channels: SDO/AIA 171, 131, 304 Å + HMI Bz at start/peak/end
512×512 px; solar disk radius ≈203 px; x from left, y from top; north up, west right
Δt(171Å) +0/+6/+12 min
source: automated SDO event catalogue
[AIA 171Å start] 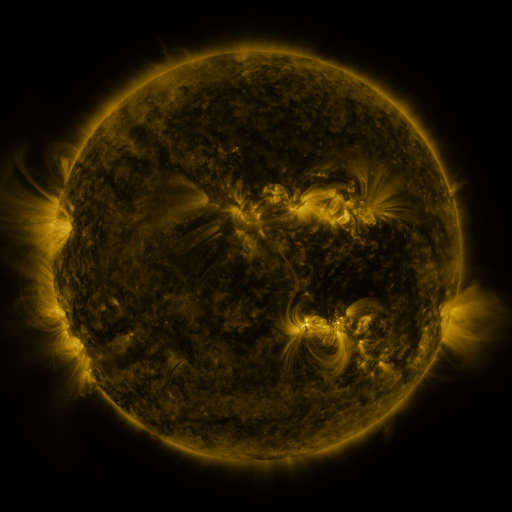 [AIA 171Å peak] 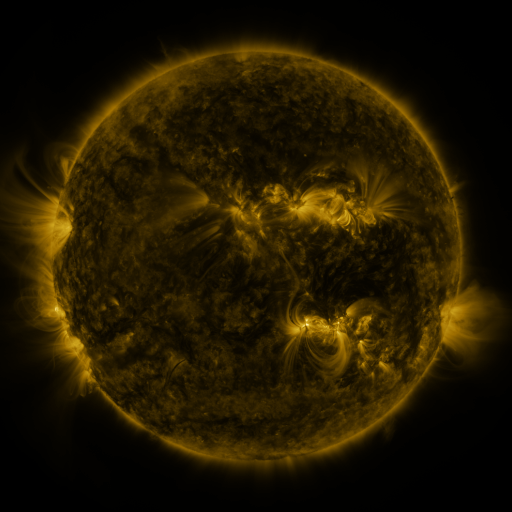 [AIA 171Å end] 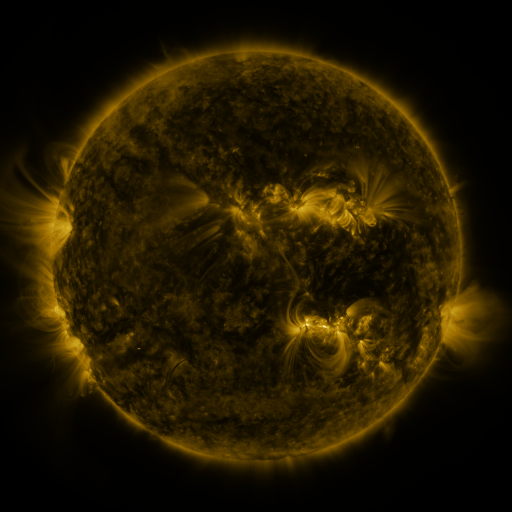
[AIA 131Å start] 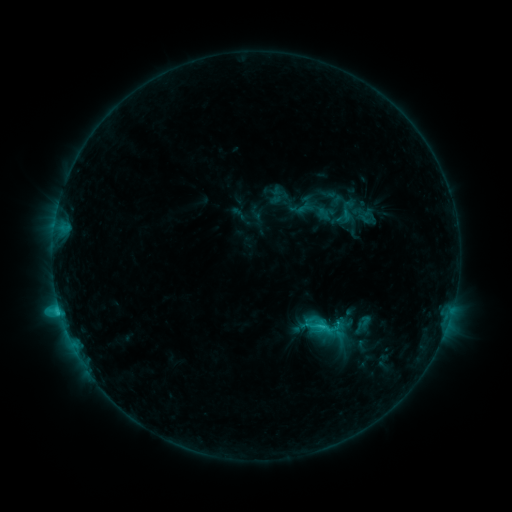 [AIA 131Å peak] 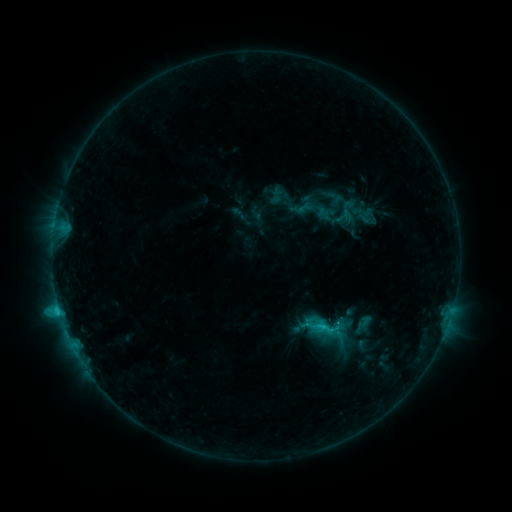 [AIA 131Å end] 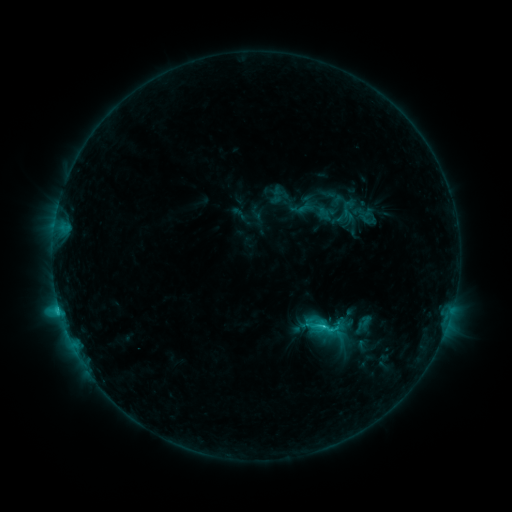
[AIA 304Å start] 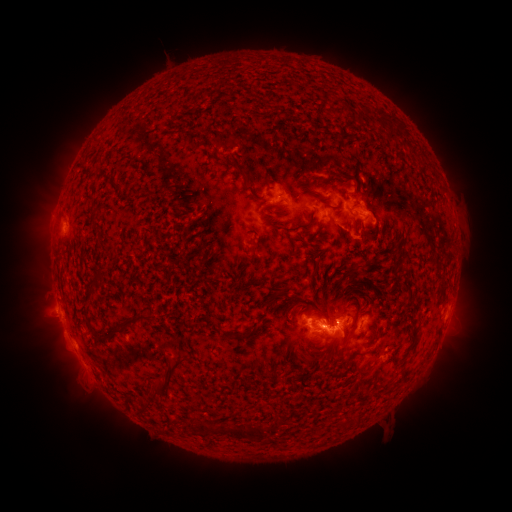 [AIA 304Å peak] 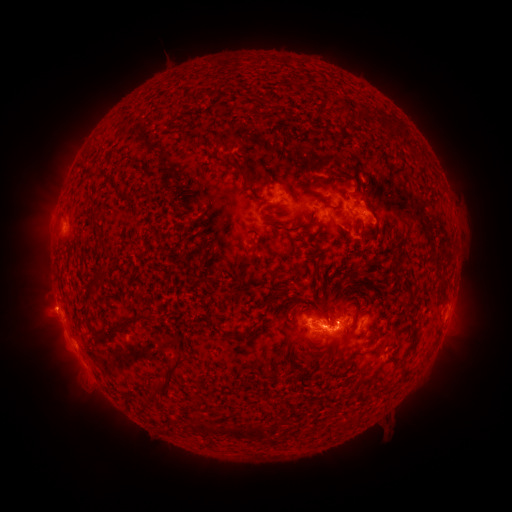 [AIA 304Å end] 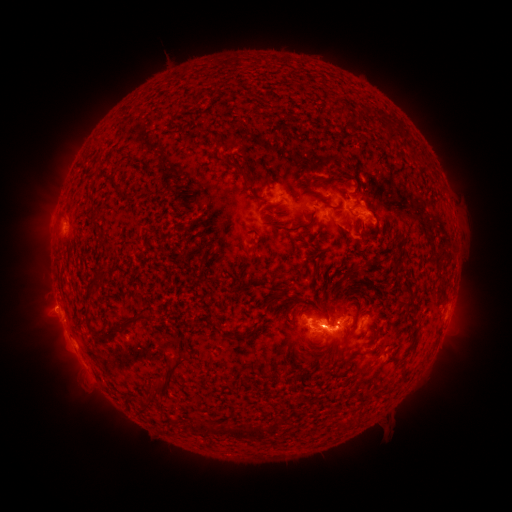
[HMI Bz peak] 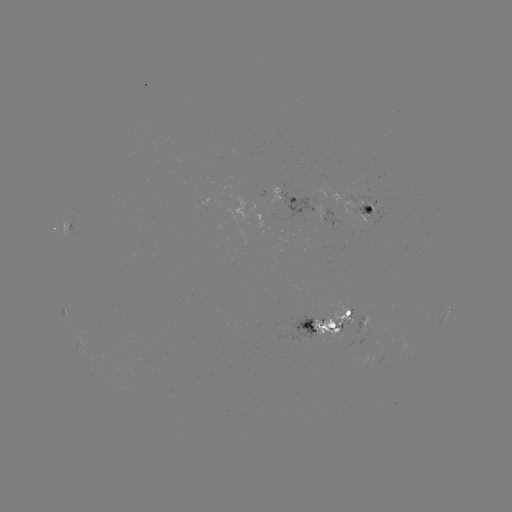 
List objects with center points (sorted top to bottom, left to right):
eruption: (47, 310)
